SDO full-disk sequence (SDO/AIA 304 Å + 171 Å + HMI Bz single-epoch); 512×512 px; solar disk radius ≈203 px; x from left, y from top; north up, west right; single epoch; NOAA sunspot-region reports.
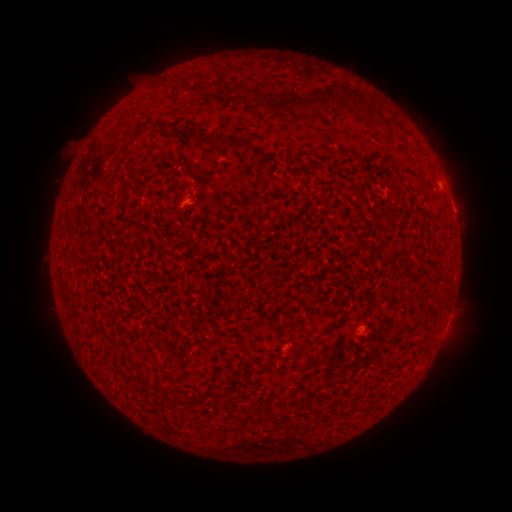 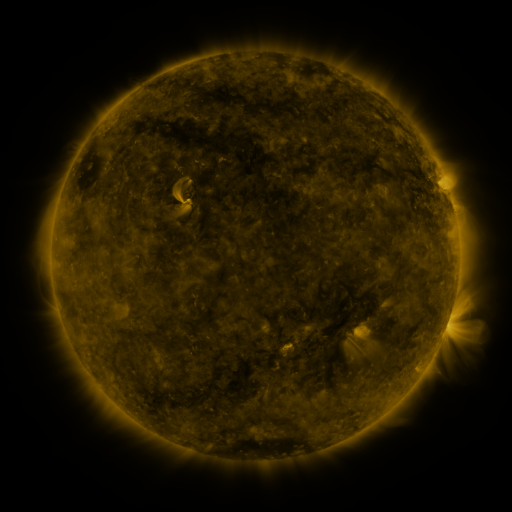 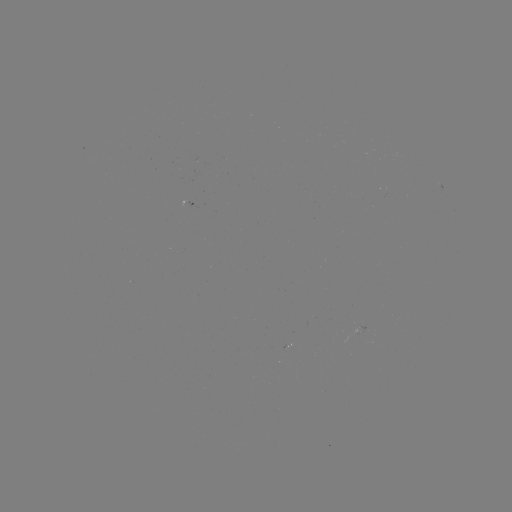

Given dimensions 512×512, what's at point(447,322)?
spotted active region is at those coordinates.